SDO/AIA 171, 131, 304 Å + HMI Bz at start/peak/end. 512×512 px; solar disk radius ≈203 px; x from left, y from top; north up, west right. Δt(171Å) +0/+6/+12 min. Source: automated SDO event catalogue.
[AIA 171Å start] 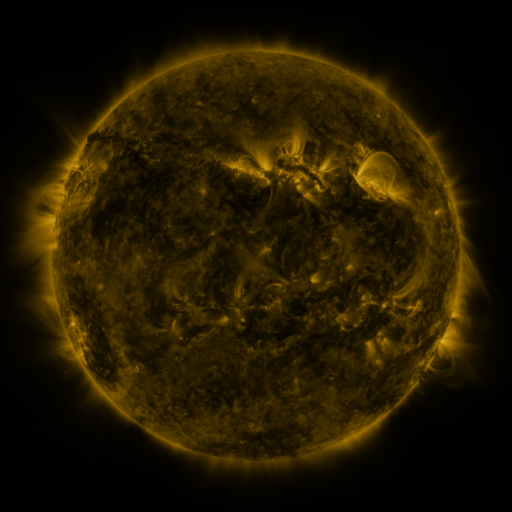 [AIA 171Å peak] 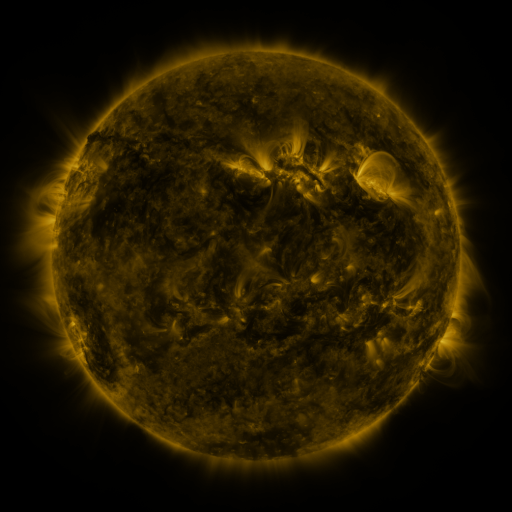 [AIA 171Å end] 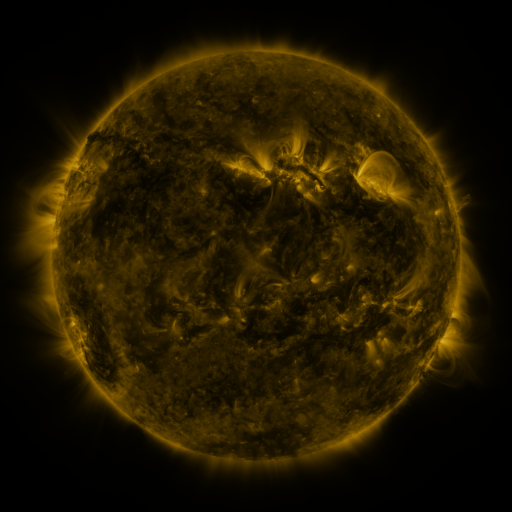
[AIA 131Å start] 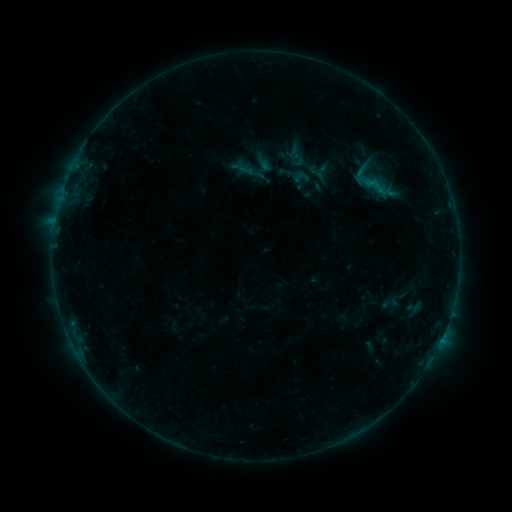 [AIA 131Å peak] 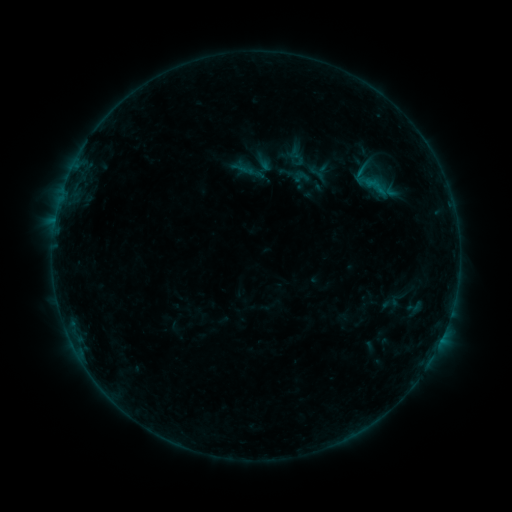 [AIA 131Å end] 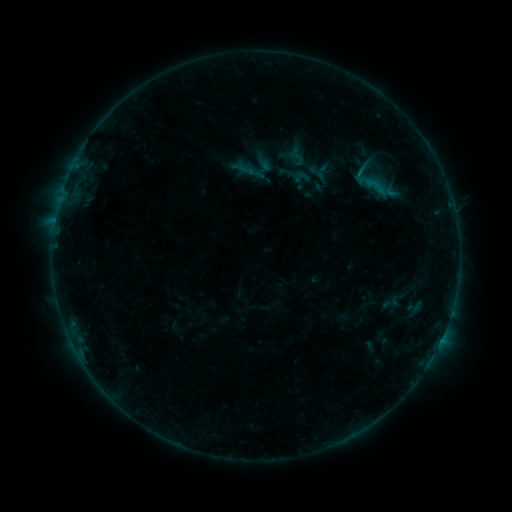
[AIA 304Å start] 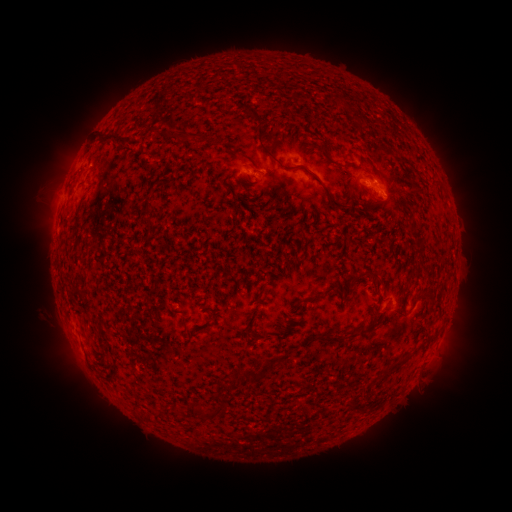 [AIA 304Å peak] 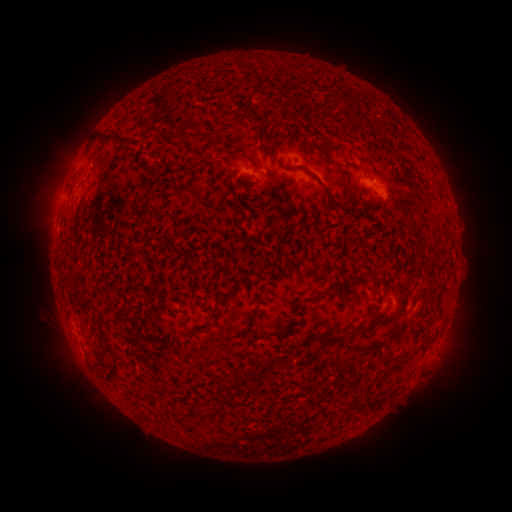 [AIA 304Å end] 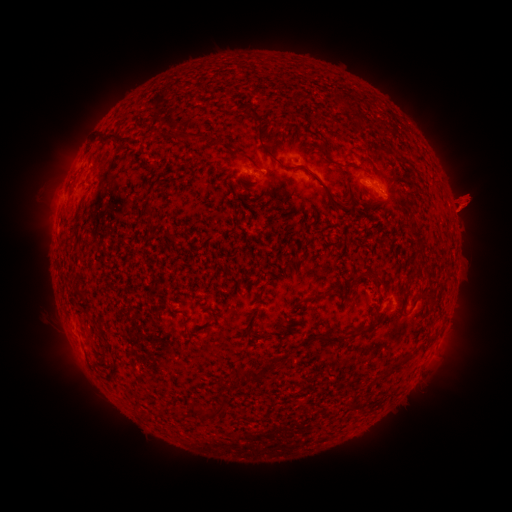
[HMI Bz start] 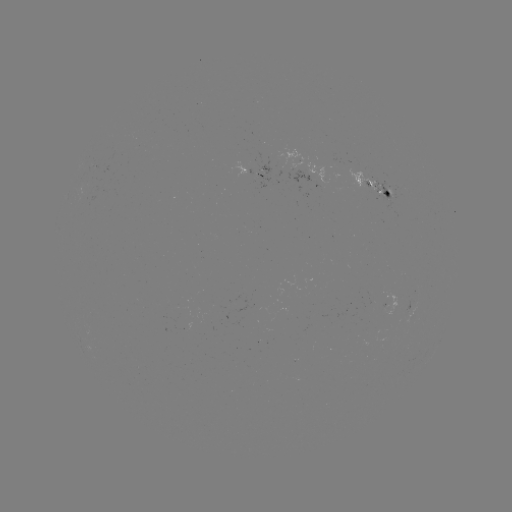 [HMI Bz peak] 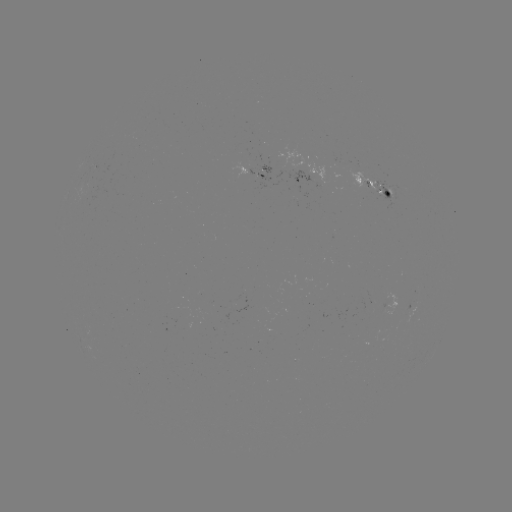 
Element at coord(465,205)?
eruption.